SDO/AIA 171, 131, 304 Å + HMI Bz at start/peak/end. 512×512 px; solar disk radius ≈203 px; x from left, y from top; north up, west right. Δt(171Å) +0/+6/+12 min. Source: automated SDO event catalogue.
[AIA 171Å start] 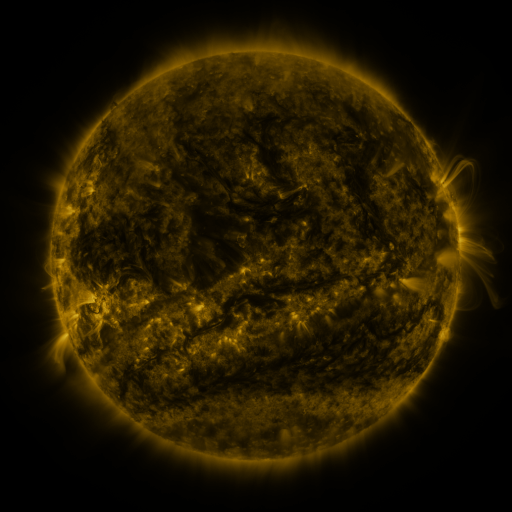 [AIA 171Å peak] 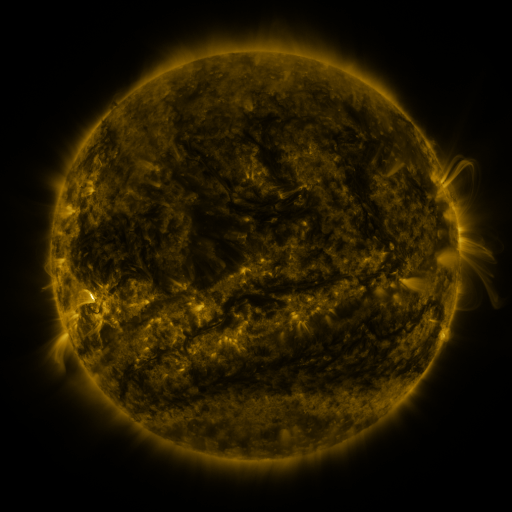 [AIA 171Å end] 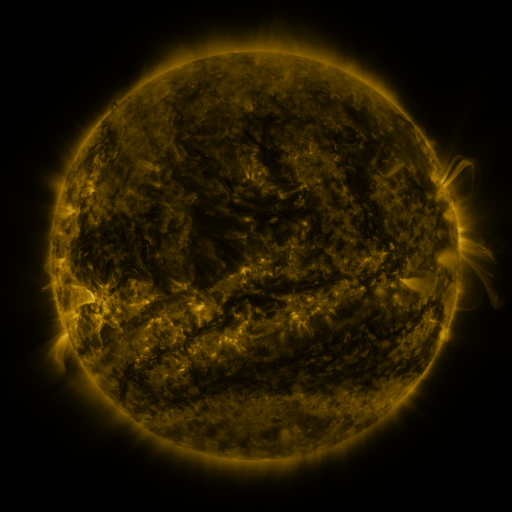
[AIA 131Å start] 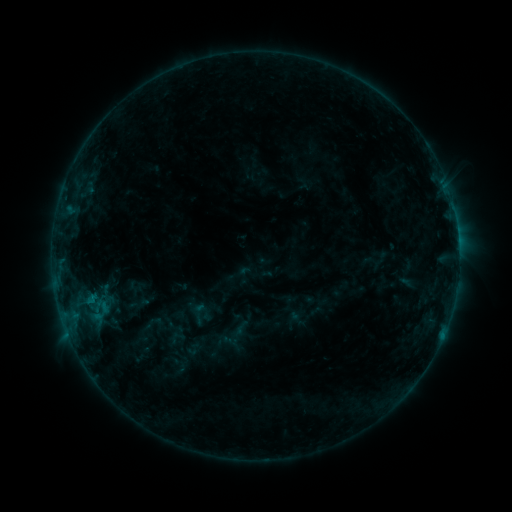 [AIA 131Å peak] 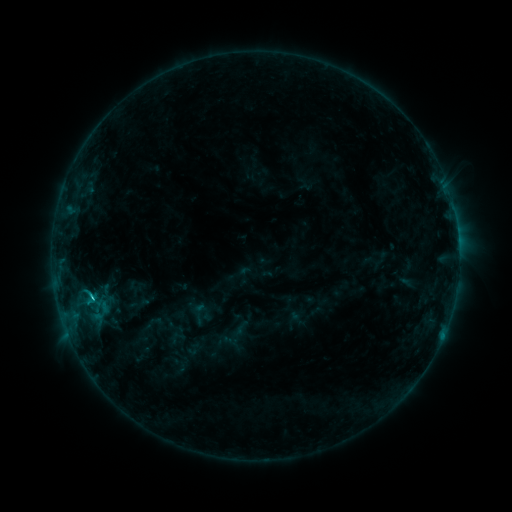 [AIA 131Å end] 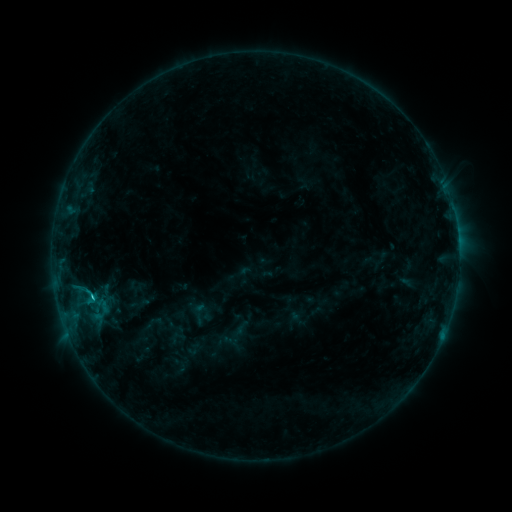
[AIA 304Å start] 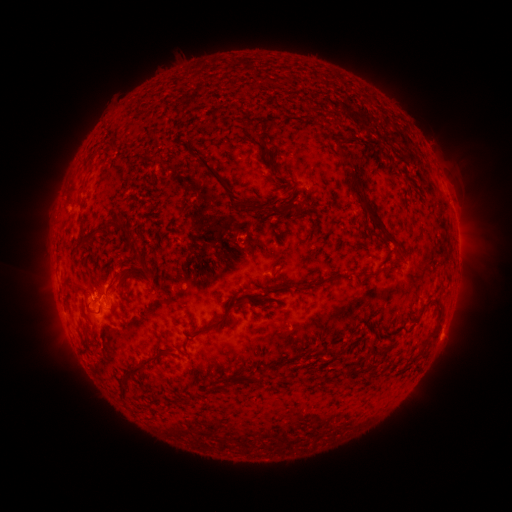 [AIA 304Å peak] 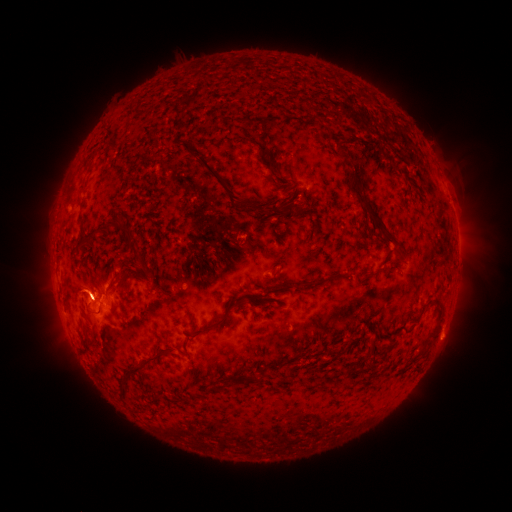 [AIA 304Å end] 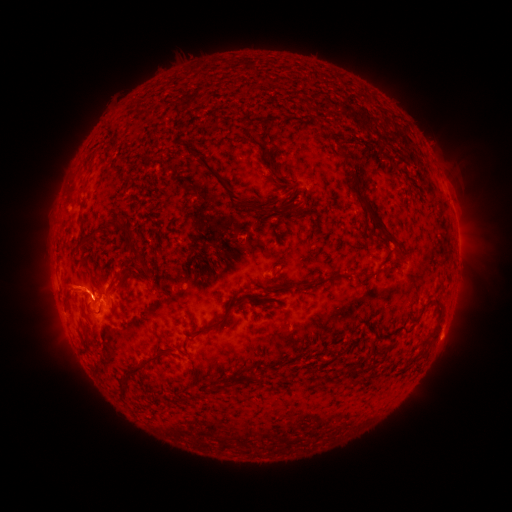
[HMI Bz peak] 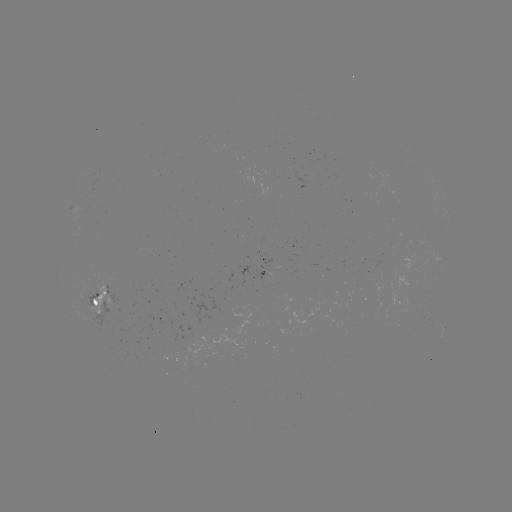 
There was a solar flare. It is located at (93, 297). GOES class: C1.8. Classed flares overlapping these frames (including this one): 1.